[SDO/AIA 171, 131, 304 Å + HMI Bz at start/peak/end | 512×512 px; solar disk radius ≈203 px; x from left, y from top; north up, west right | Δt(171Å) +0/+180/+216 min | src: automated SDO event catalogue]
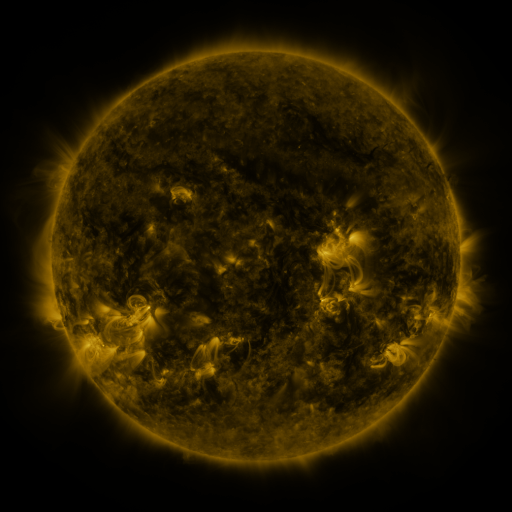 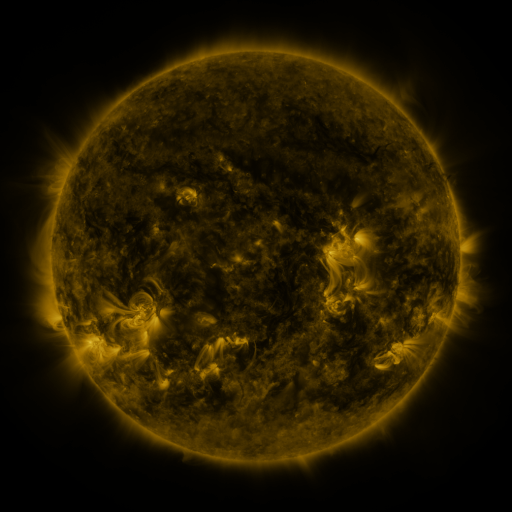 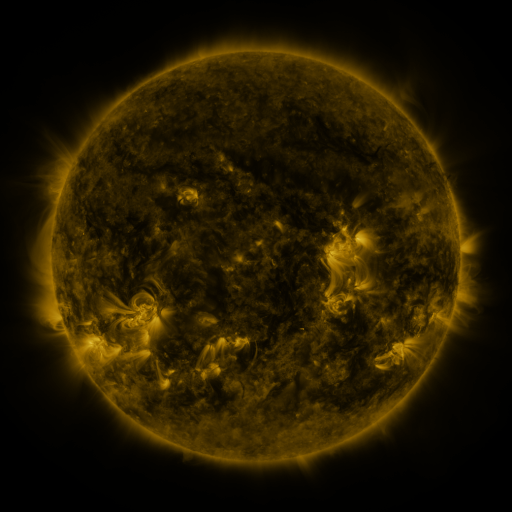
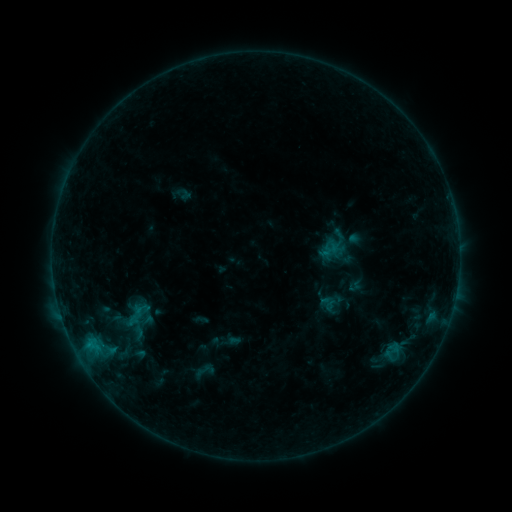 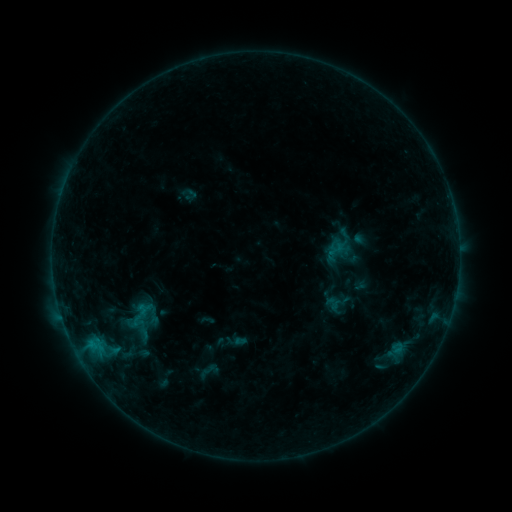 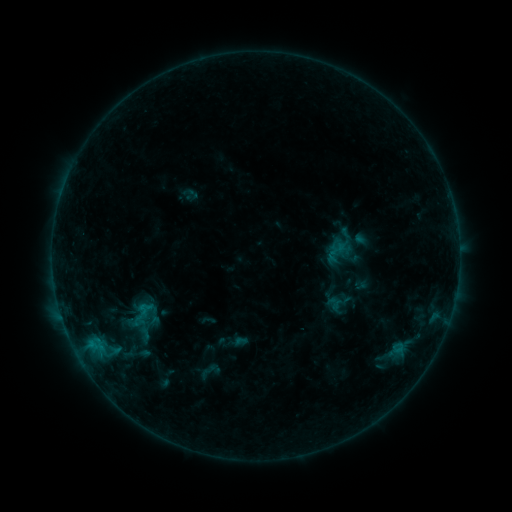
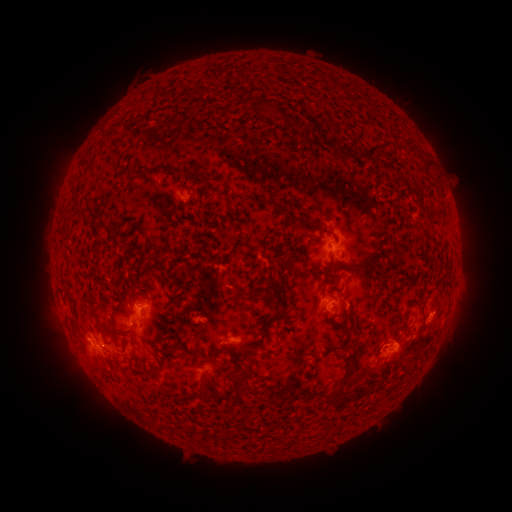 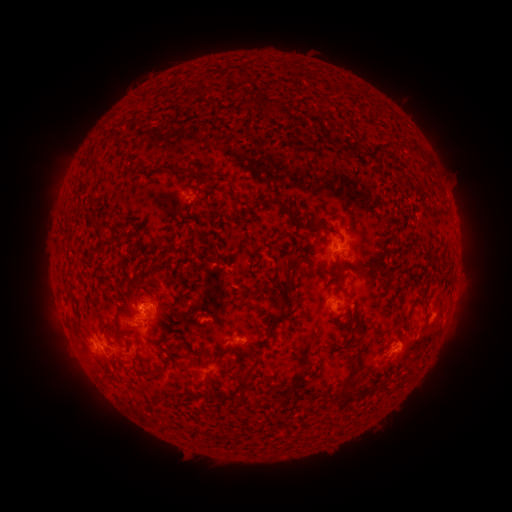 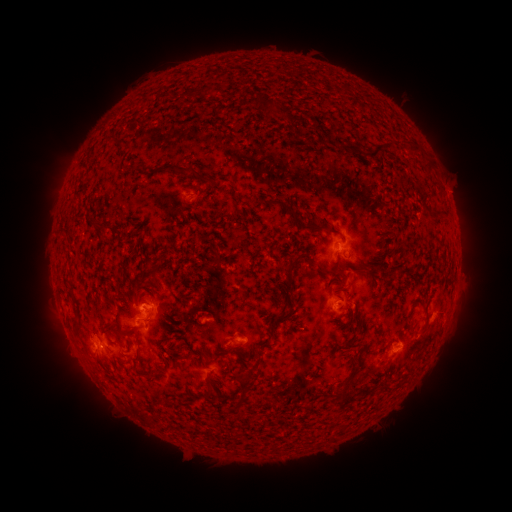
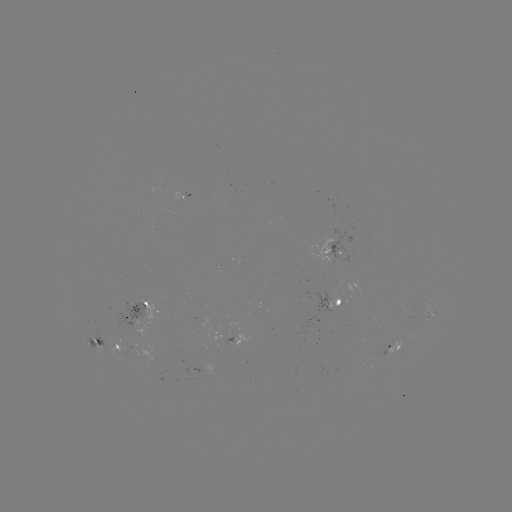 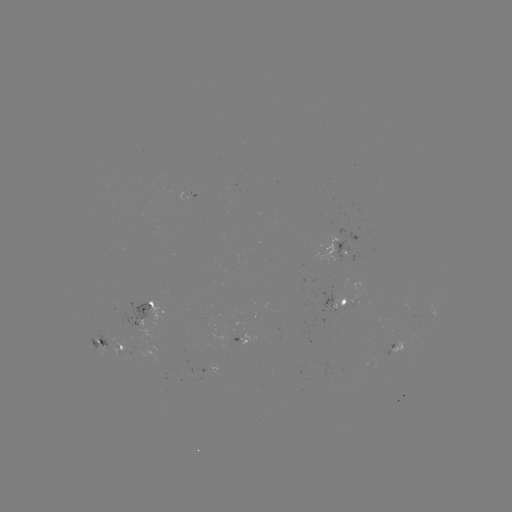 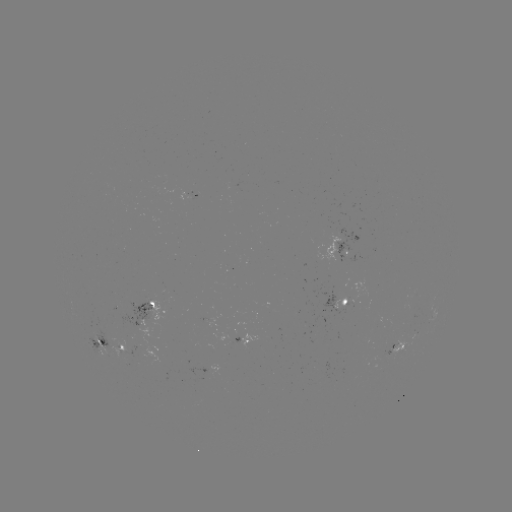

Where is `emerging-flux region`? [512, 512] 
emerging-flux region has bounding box [332, 297, 347, 309].